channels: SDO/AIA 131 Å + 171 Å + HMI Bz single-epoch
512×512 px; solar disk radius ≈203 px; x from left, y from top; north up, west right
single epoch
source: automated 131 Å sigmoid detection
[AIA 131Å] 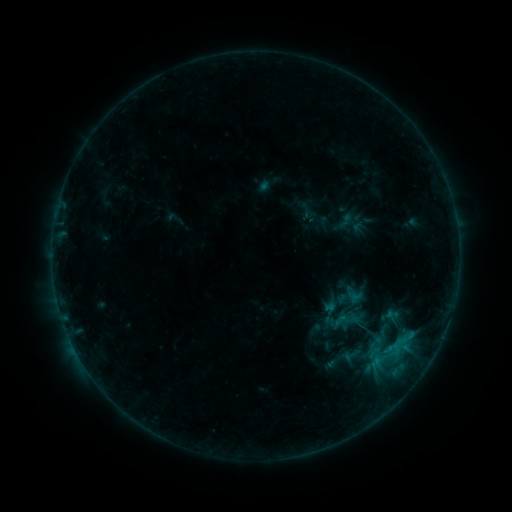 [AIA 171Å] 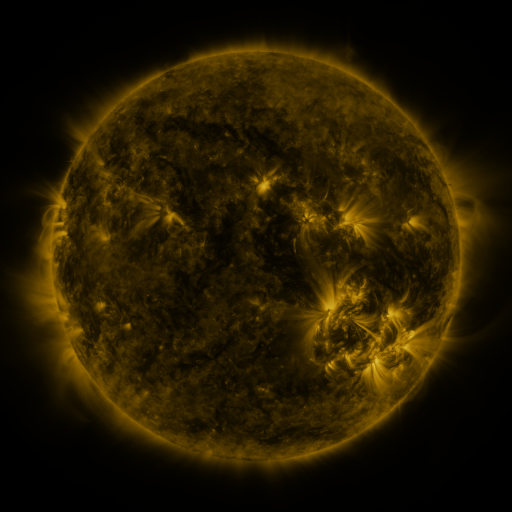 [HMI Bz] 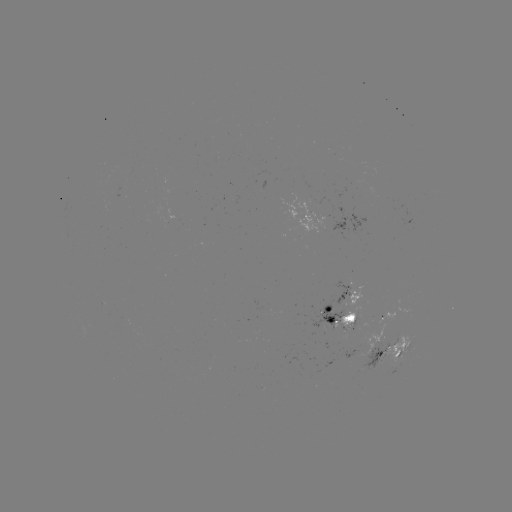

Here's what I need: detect sigmoid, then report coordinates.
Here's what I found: sigmoid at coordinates (353, 320).